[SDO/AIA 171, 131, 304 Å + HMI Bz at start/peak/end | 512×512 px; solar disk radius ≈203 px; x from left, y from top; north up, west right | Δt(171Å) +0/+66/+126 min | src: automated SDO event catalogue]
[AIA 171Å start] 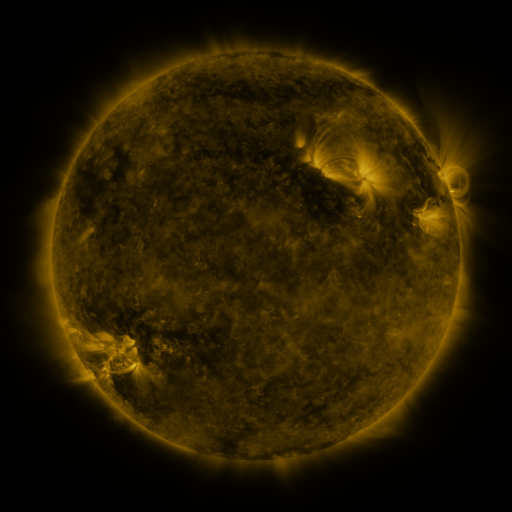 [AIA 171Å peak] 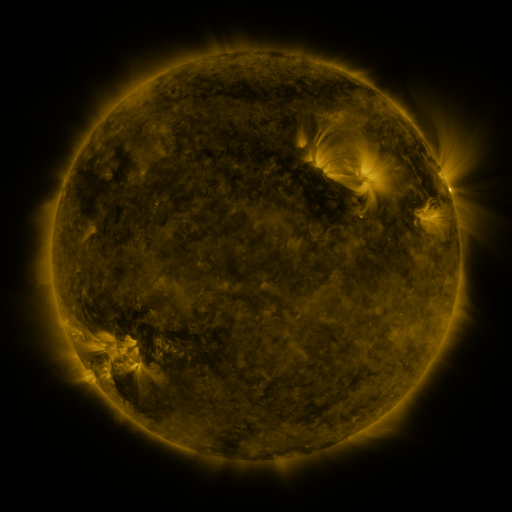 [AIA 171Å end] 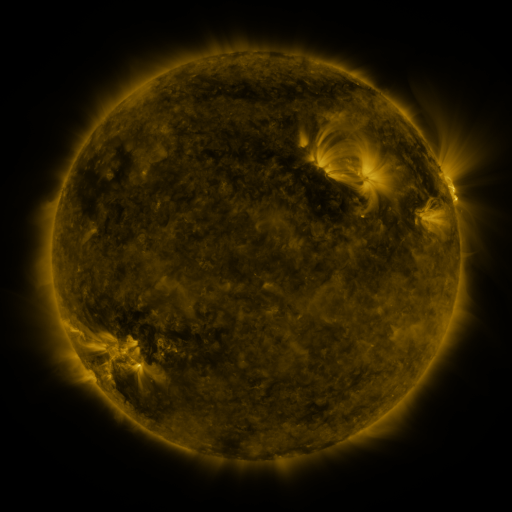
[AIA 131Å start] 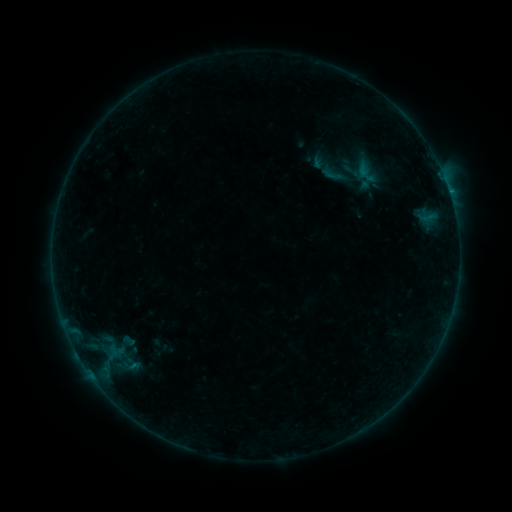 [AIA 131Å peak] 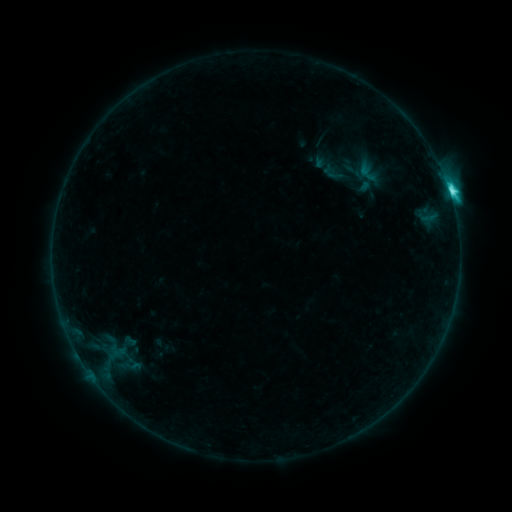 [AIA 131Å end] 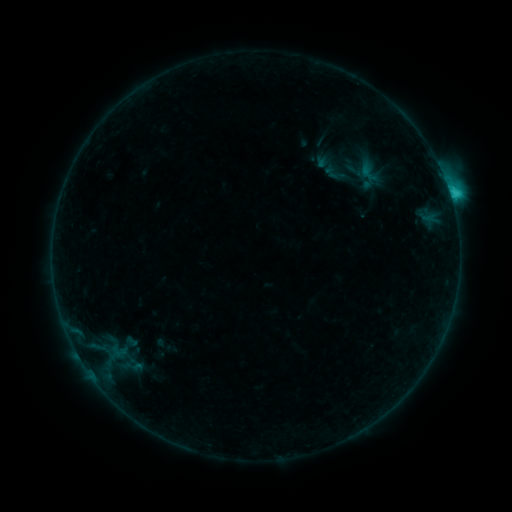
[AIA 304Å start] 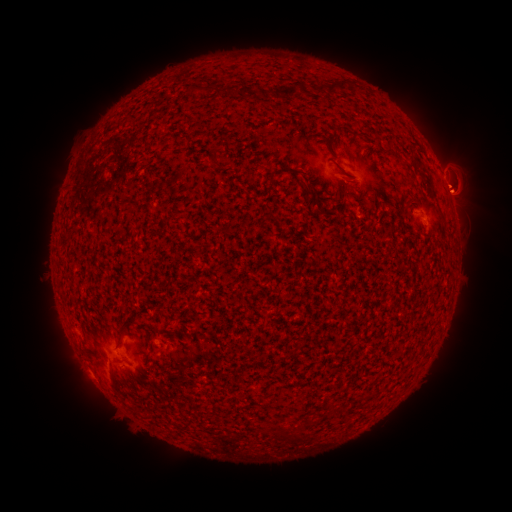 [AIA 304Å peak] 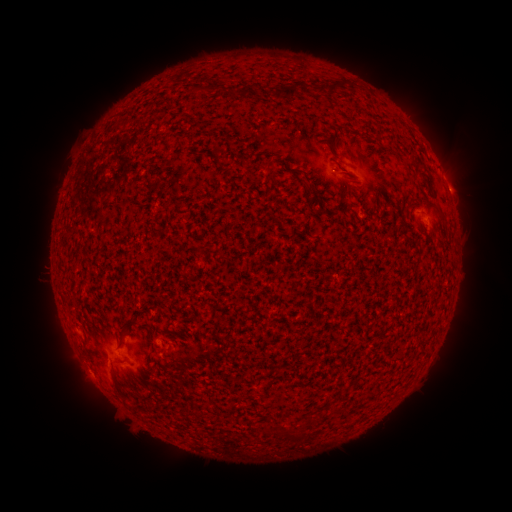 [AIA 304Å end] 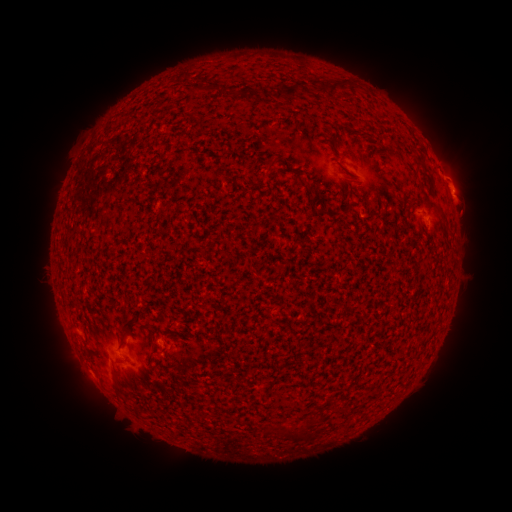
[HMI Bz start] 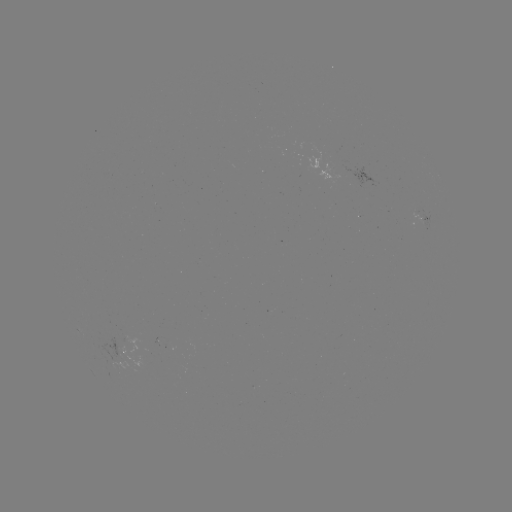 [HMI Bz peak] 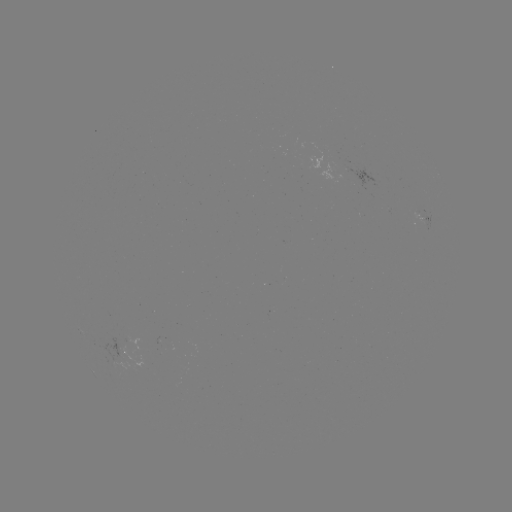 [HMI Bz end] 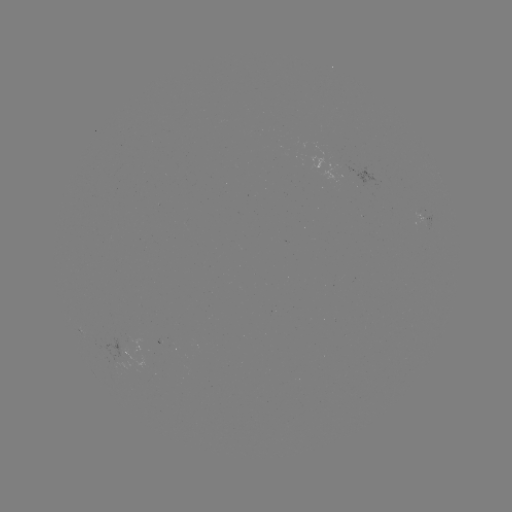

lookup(C4.5 flare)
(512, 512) [449, 194]